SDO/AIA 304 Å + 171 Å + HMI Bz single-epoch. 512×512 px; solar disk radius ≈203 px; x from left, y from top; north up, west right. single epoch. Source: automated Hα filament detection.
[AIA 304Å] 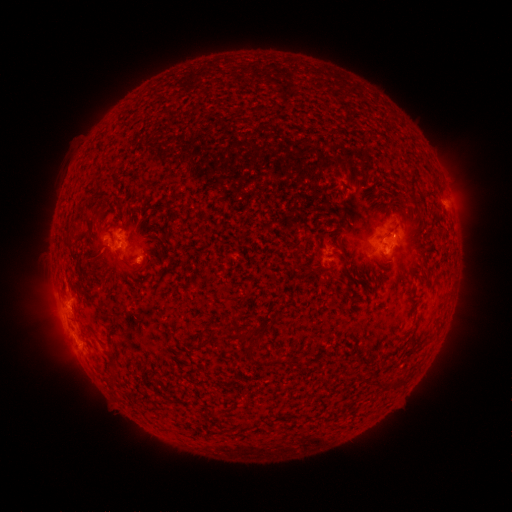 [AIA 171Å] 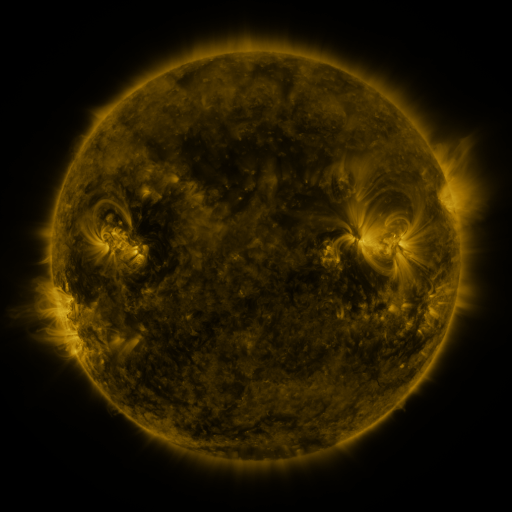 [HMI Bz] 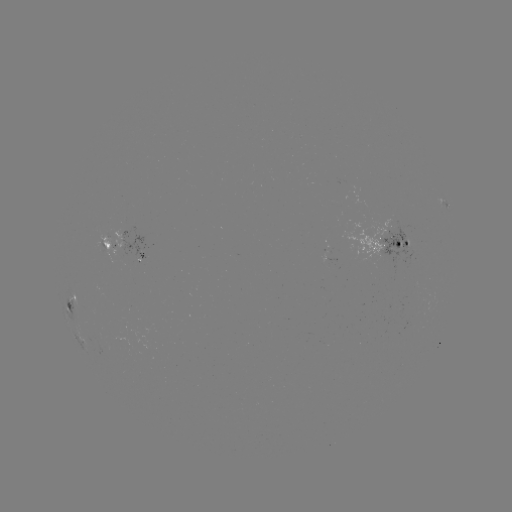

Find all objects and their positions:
filament: [97, 209, 105, 220]
filament: [64, 236, 73, 249]
filament: [116, 257, 125, 266]
filament: [341, 259, 349, 275]
filament: [132, 266, 143, 274]
filament: [233, 330, 248, 344]
filament: [199, 338, 210, 347]
filament: [372, 378, 383, 390]
